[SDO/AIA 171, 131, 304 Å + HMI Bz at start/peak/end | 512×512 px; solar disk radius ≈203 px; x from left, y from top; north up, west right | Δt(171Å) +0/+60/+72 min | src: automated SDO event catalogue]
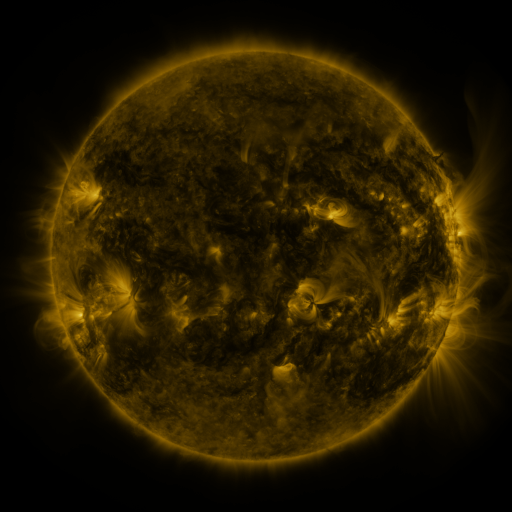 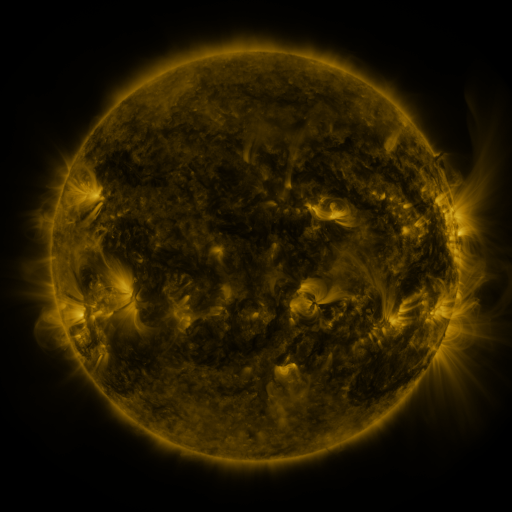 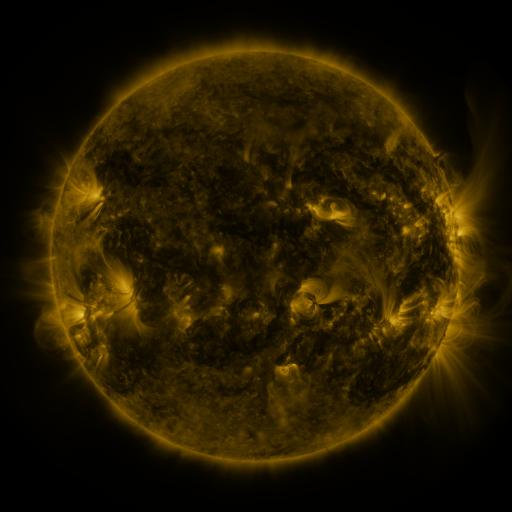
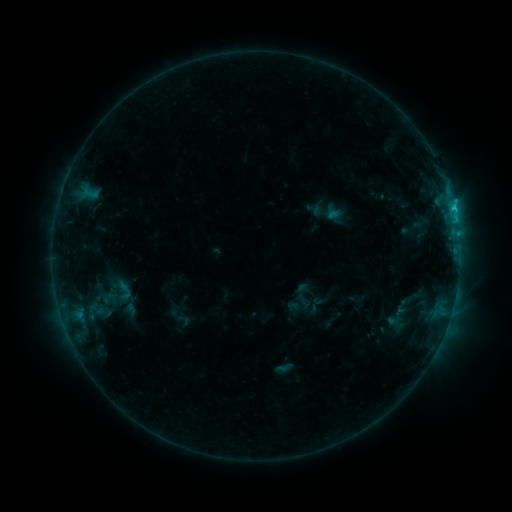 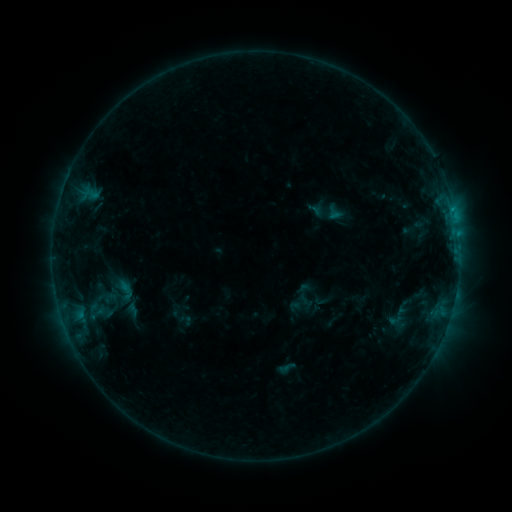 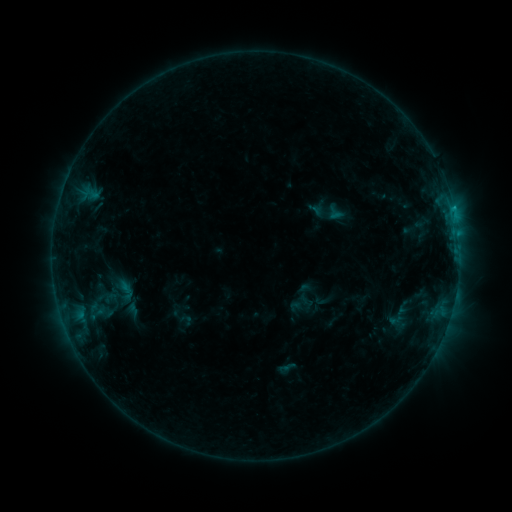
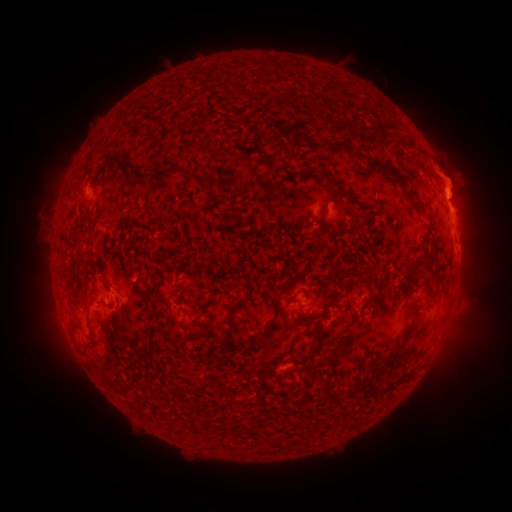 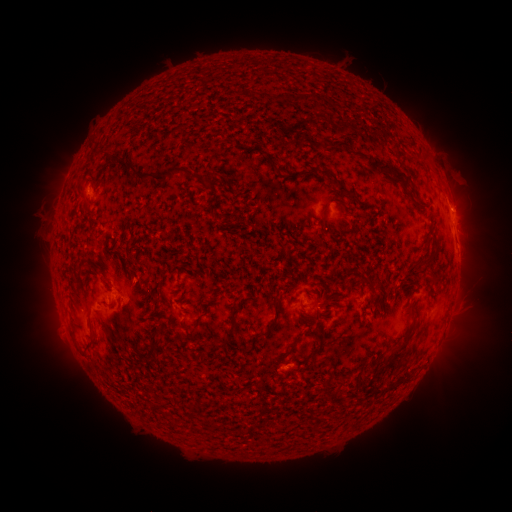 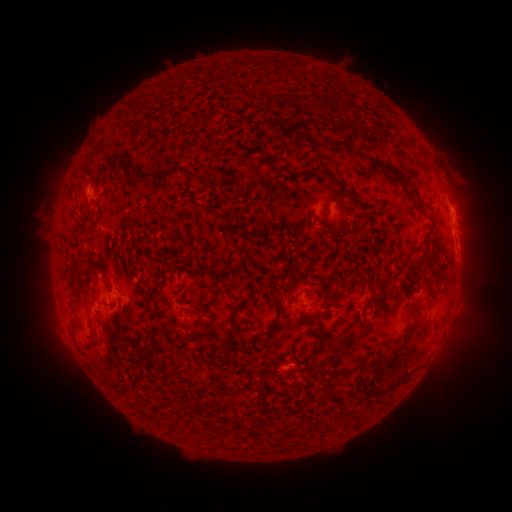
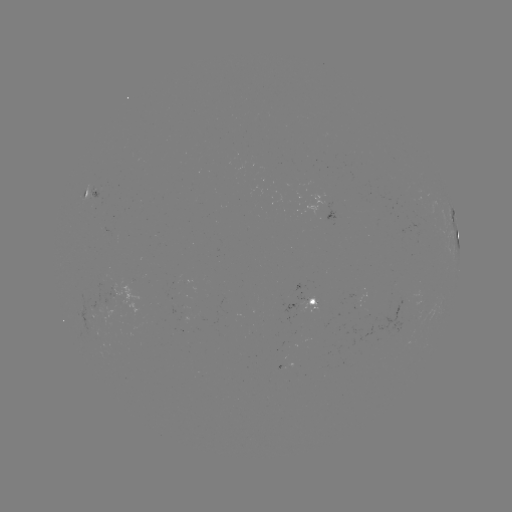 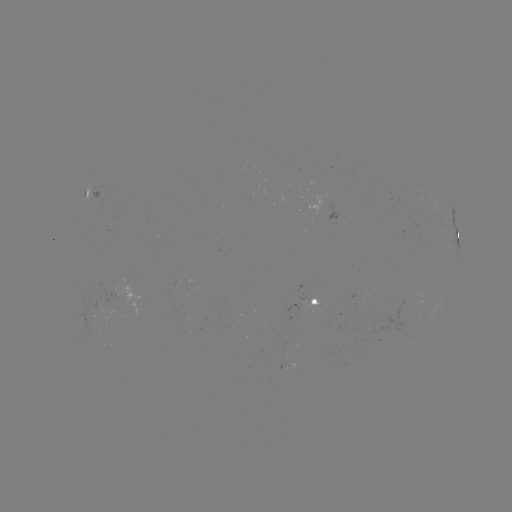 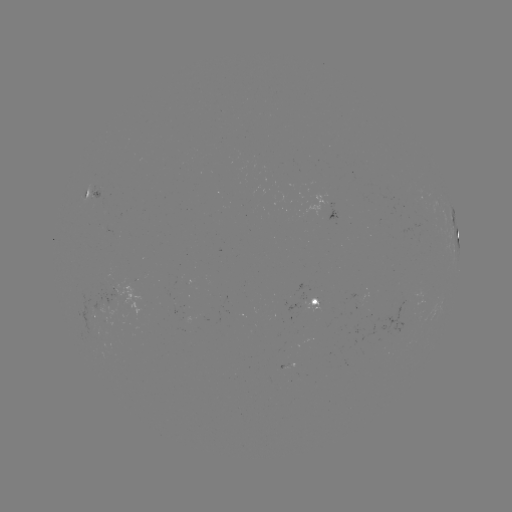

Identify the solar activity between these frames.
emerging-flux region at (90, 304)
